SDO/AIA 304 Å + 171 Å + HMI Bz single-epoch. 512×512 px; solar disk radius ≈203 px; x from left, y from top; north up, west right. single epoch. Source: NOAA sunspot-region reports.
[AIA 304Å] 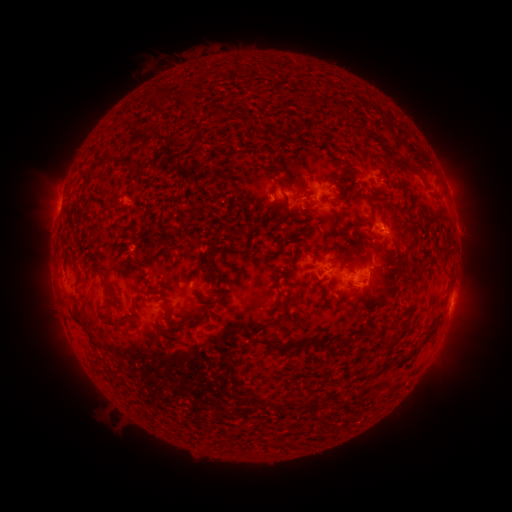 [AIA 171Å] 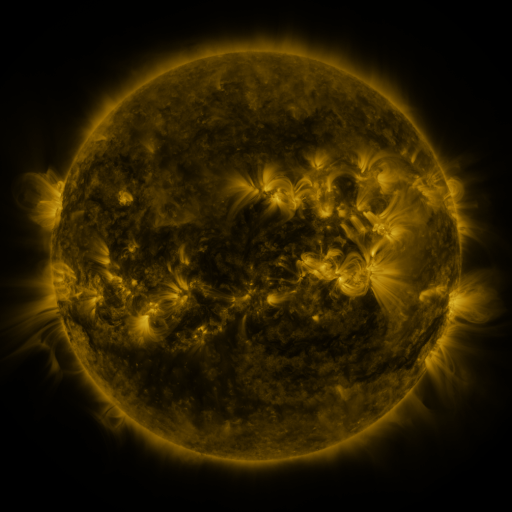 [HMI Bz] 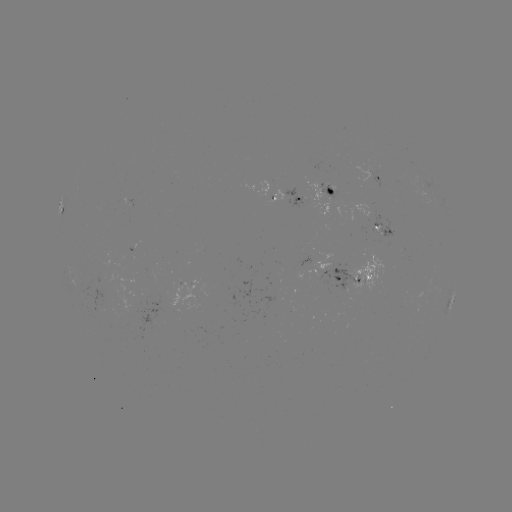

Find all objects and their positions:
spotted active region: (377, 177)
spotted active region: (337, 194)
spotted active region: (290, 199)
spotted active region: (386, 228)
spotted active region: (308, 263)
spotted active region: (358, 279)
spotted active region: (452, 298)
